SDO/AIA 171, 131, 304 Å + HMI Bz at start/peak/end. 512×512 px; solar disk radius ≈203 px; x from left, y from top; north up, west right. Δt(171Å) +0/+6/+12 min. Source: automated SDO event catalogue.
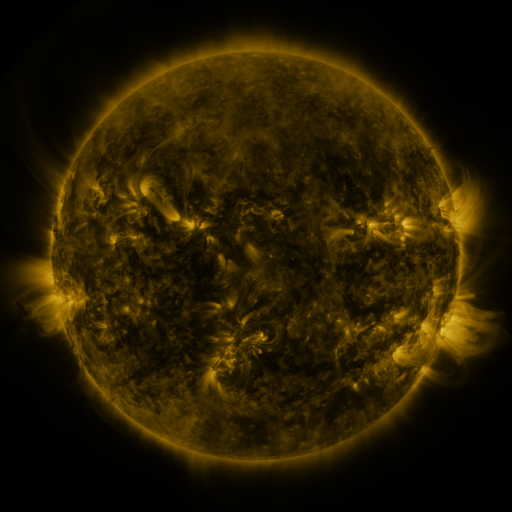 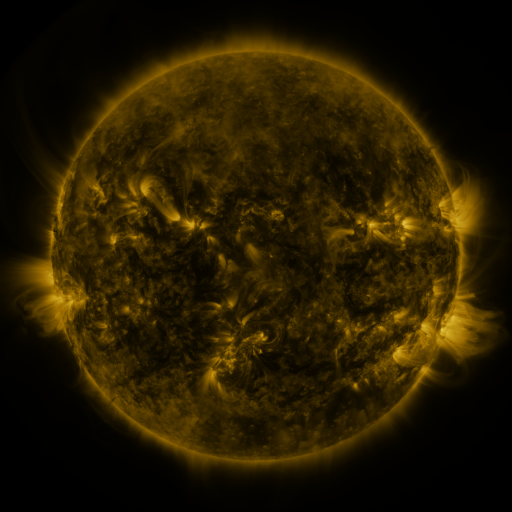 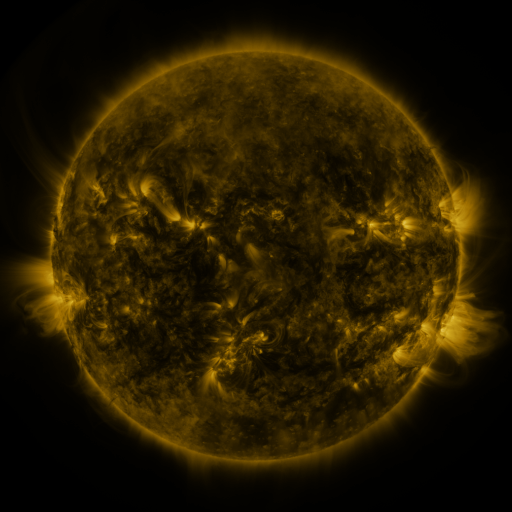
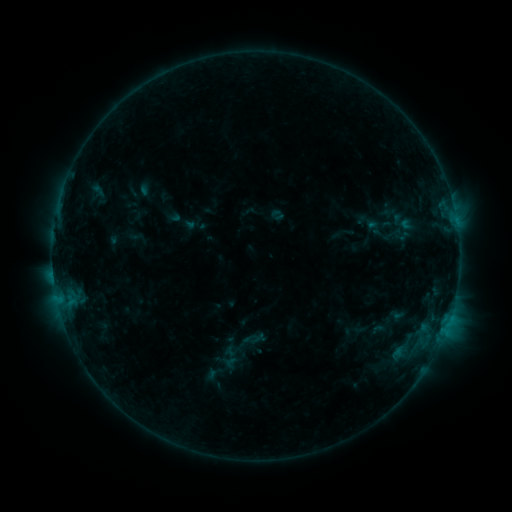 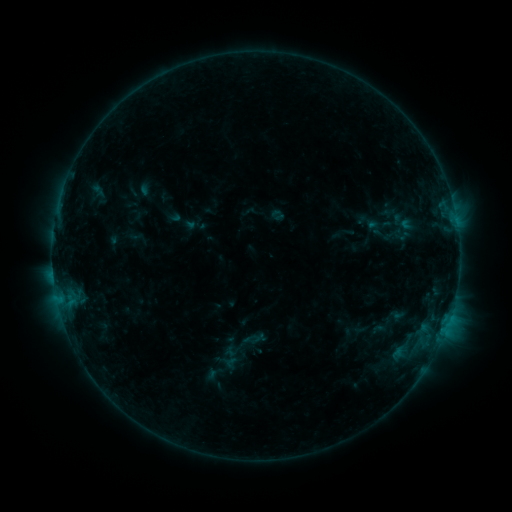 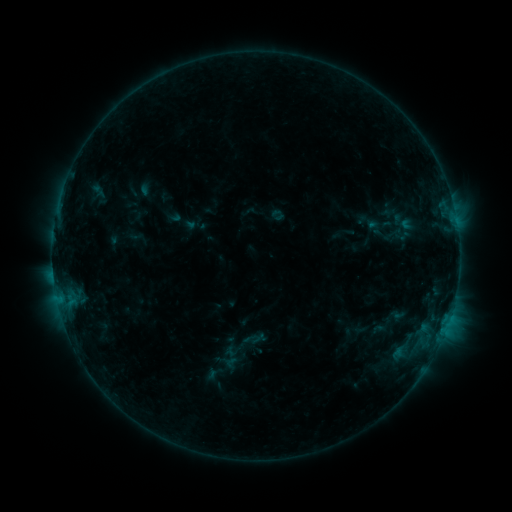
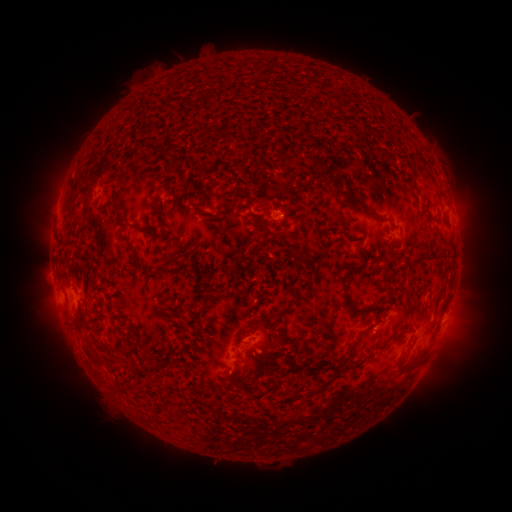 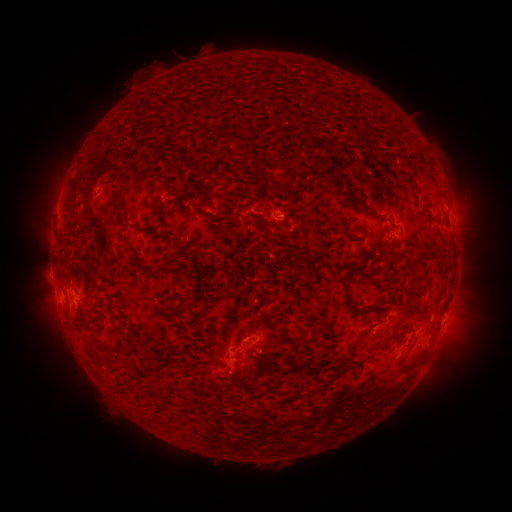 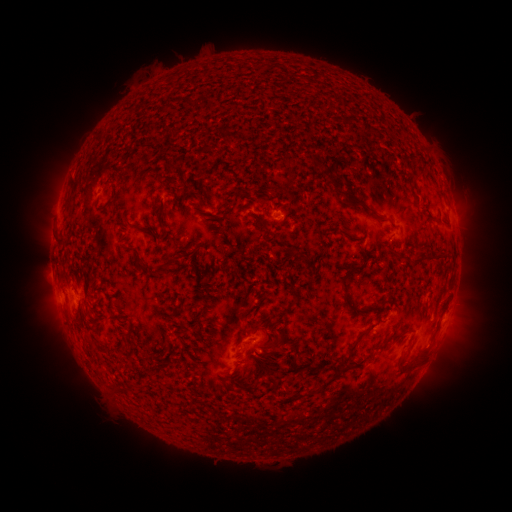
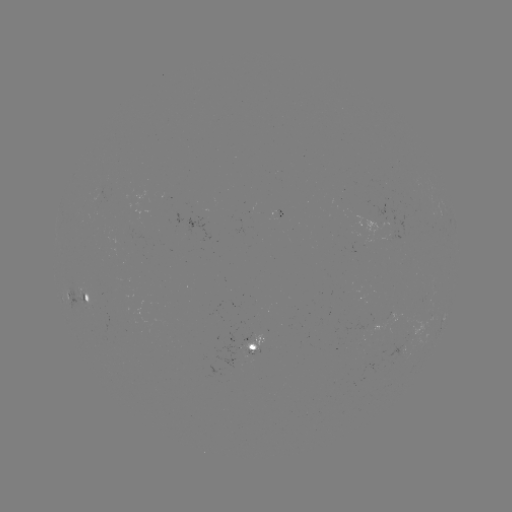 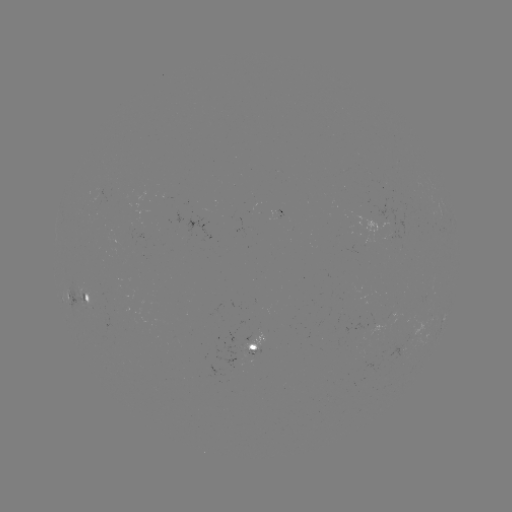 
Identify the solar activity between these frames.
no catalogued flare and no flagged EUV brightening in this window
